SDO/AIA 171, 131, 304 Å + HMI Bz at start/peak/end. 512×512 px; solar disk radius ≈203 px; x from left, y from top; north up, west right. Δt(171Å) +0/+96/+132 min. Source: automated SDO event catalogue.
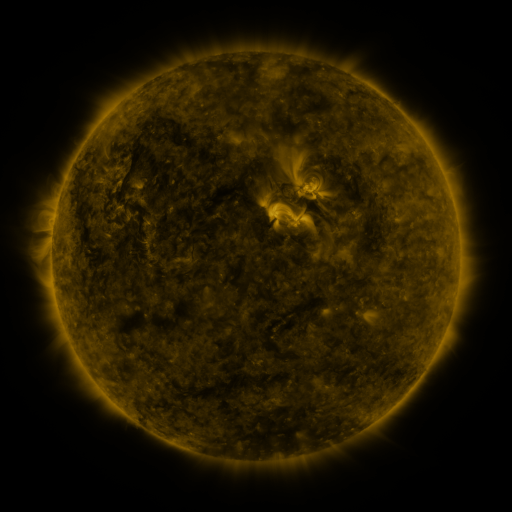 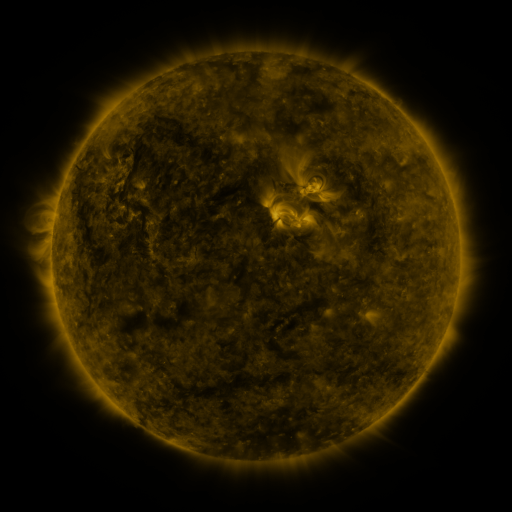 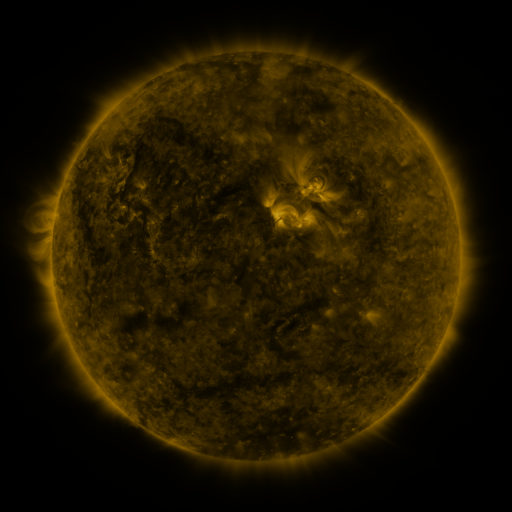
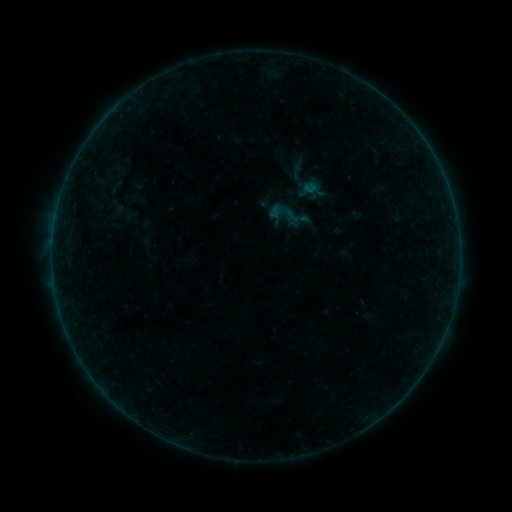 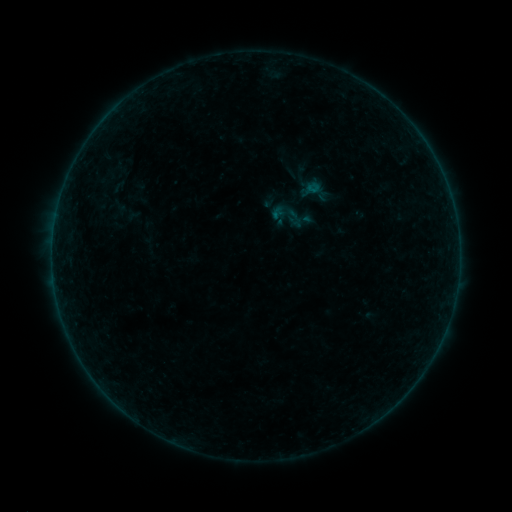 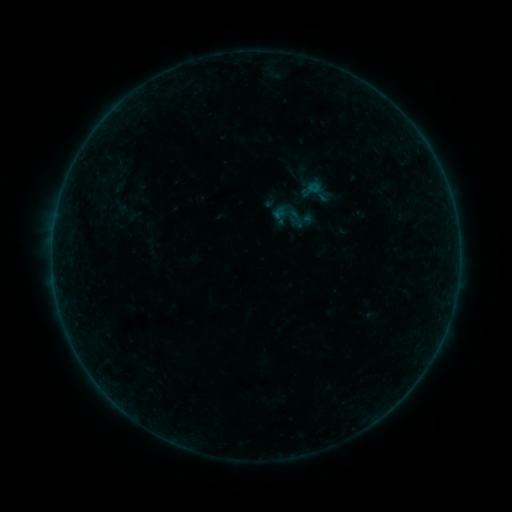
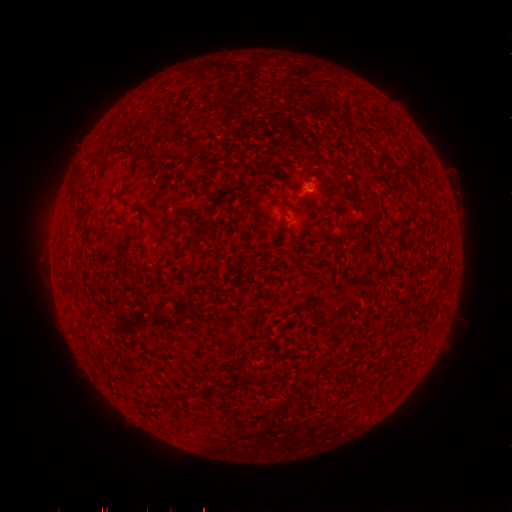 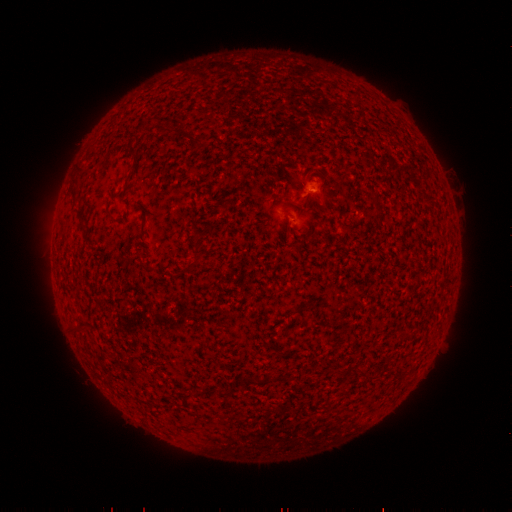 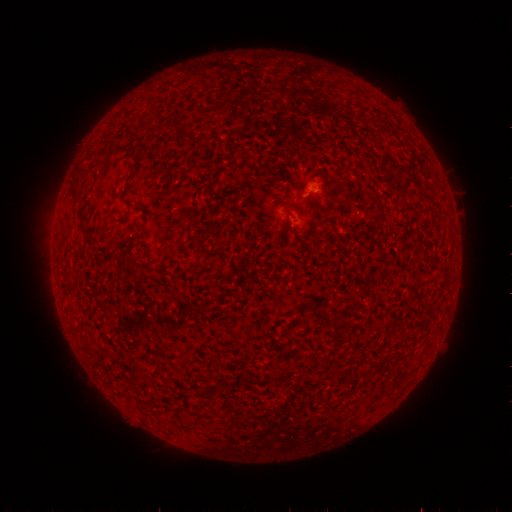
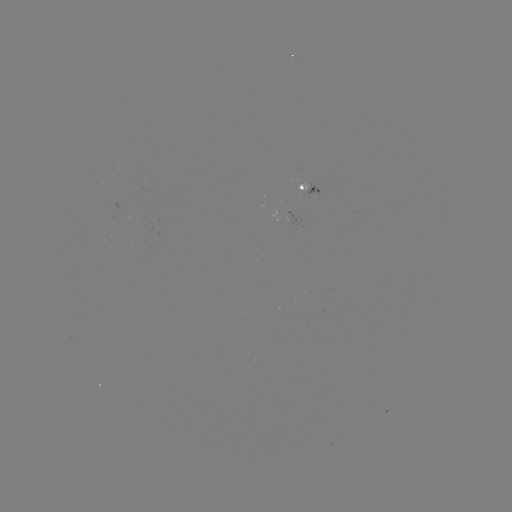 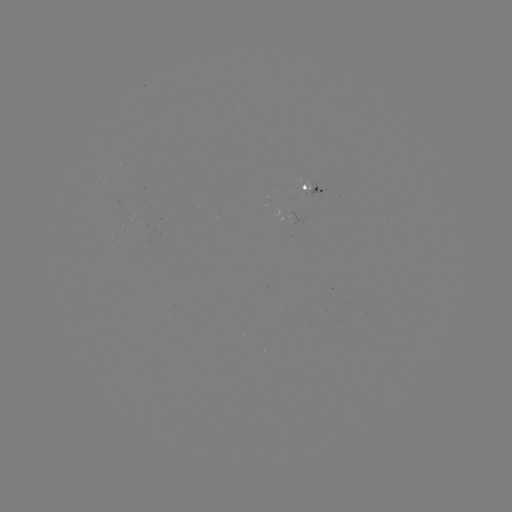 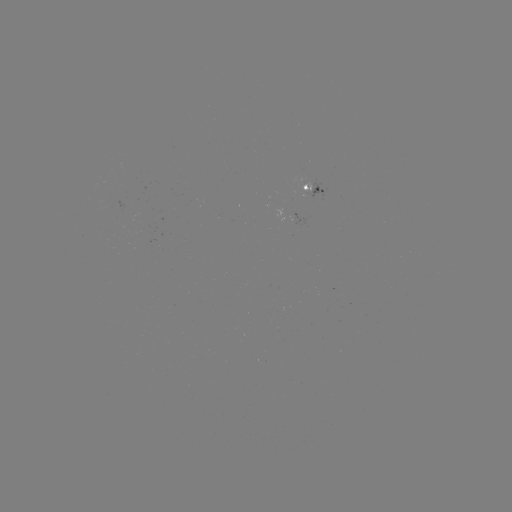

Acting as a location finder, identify emerging-flux region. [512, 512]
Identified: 310,184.